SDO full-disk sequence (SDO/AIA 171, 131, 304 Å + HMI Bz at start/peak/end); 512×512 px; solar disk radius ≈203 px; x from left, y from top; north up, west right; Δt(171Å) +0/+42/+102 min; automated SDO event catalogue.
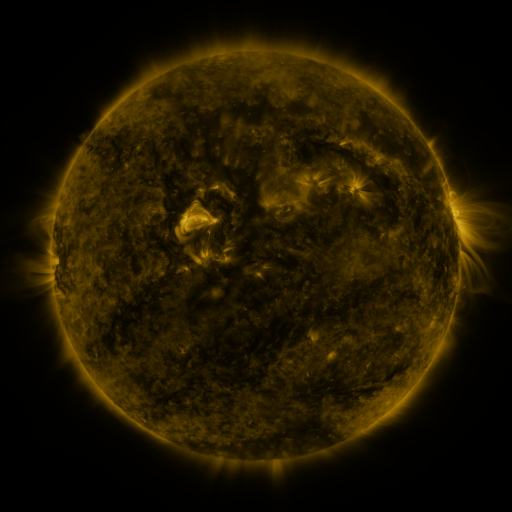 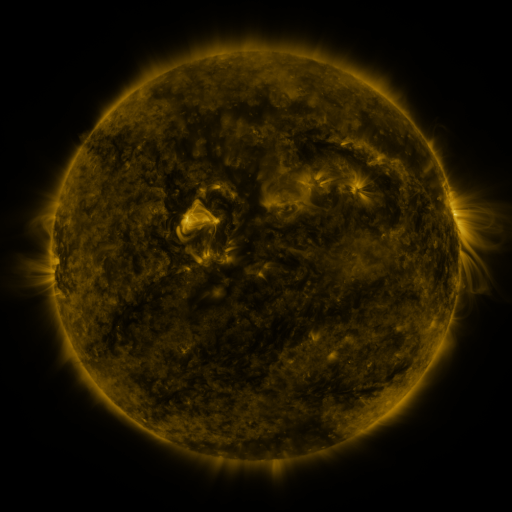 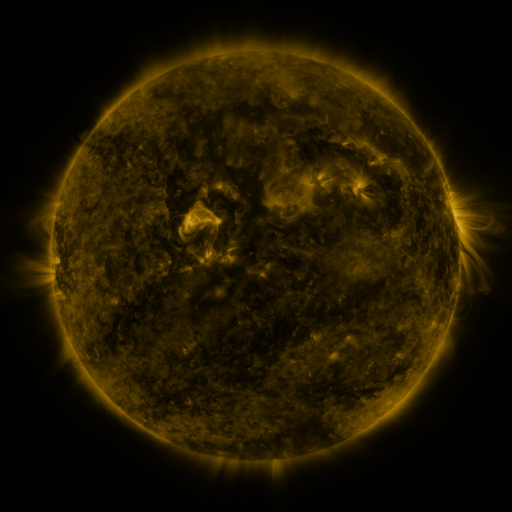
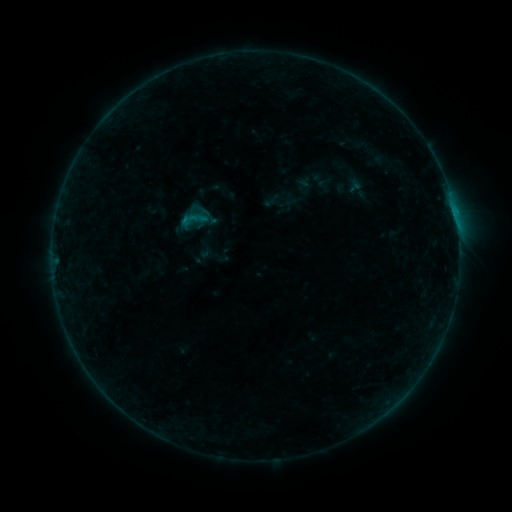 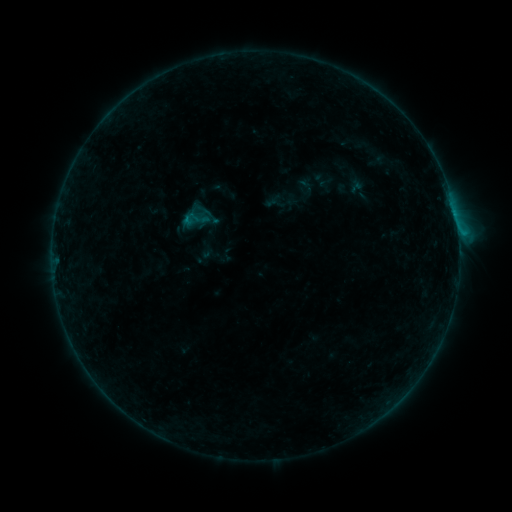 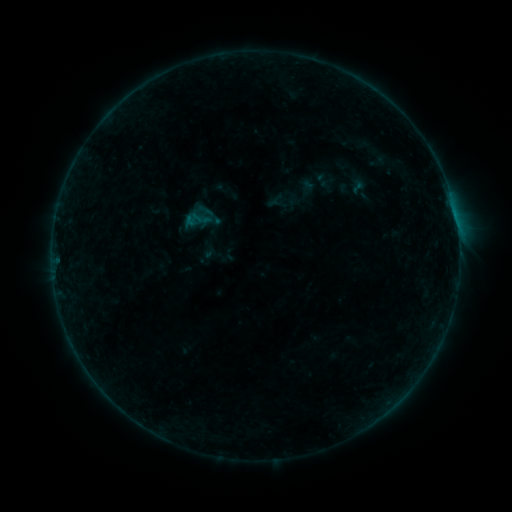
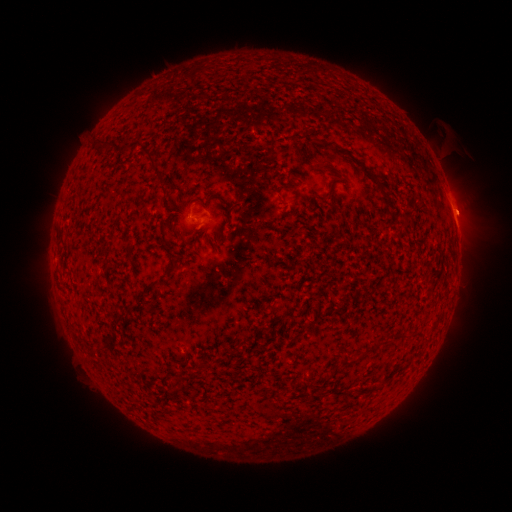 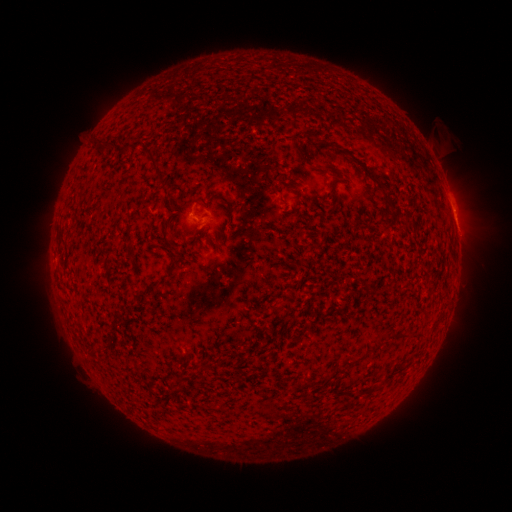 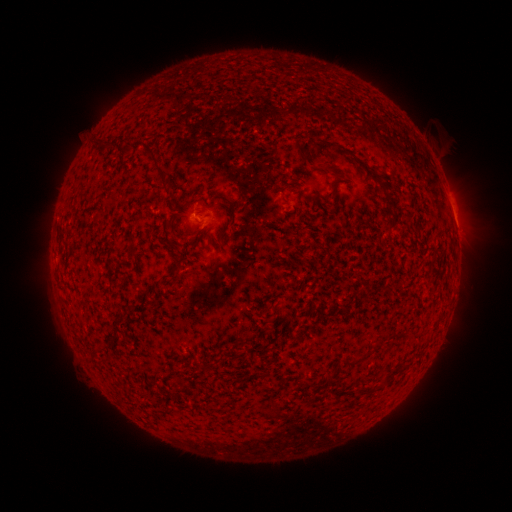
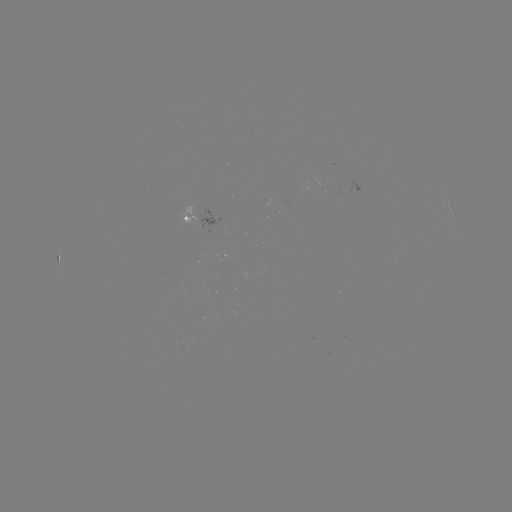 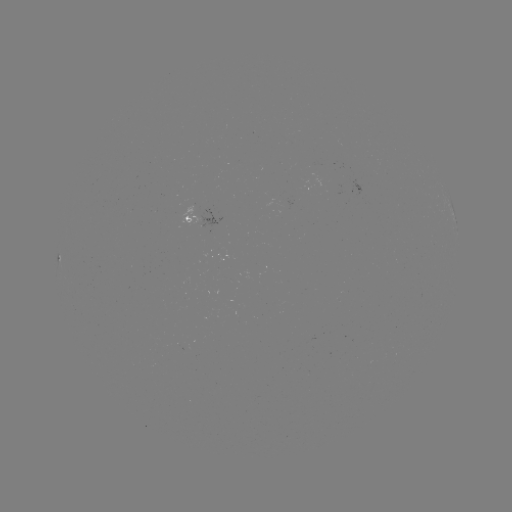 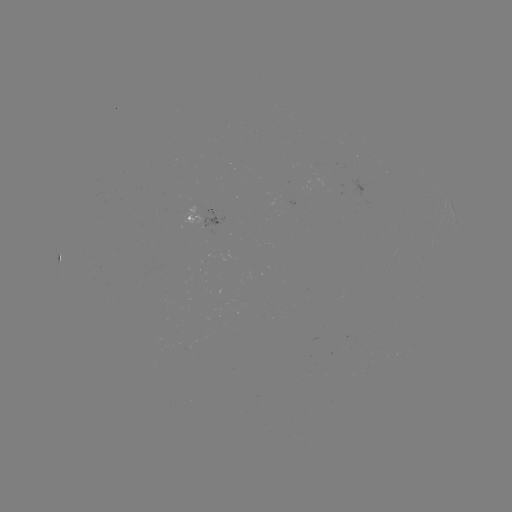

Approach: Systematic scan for B6.4 flare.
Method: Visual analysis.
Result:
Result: B6.4 flare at (458, 234).